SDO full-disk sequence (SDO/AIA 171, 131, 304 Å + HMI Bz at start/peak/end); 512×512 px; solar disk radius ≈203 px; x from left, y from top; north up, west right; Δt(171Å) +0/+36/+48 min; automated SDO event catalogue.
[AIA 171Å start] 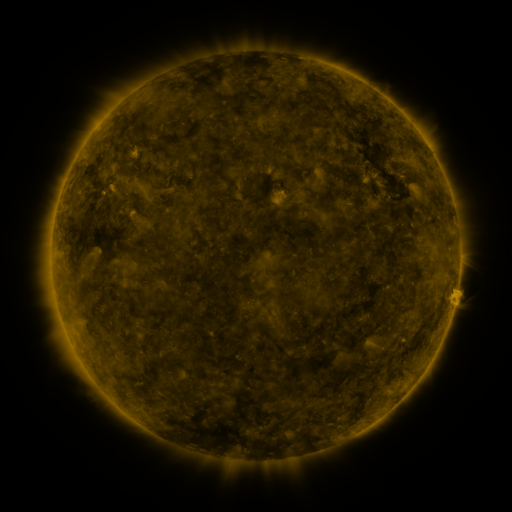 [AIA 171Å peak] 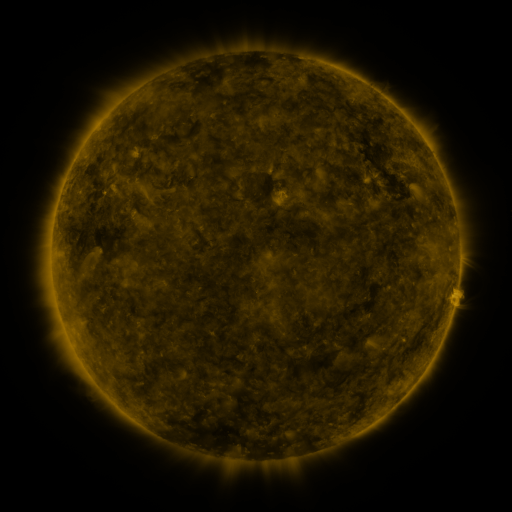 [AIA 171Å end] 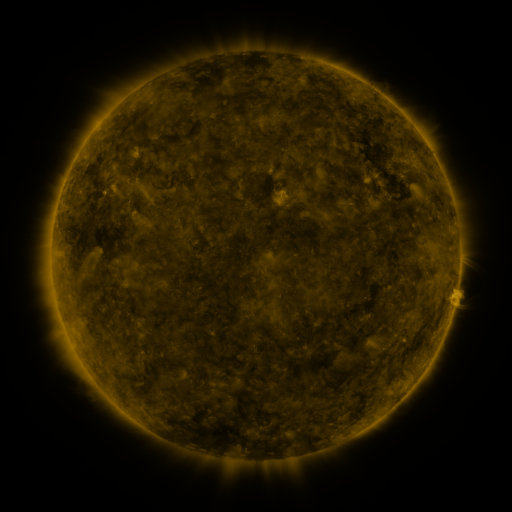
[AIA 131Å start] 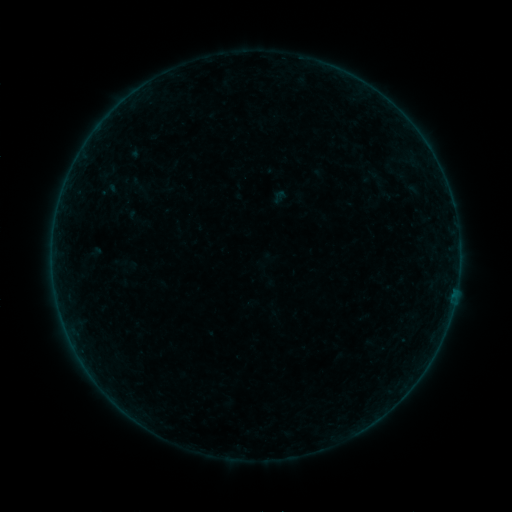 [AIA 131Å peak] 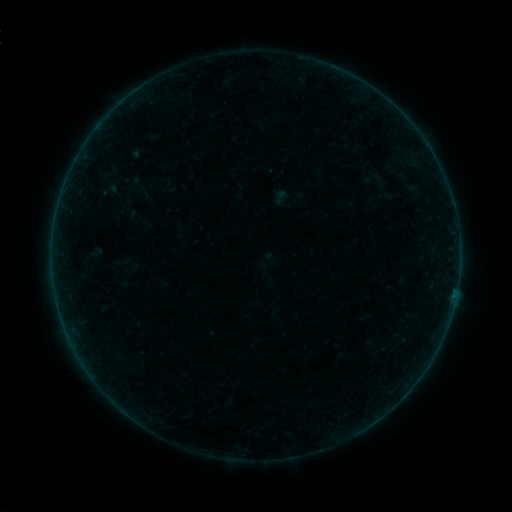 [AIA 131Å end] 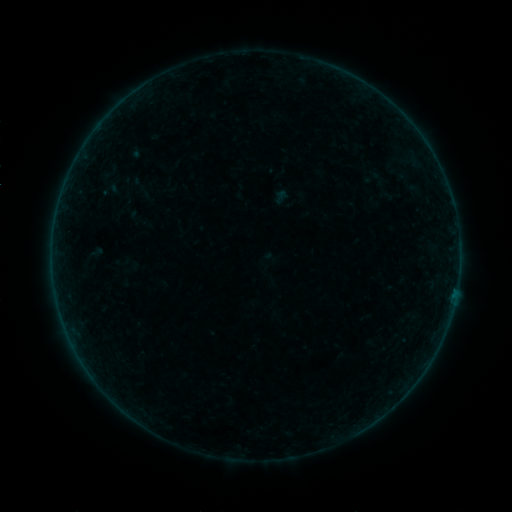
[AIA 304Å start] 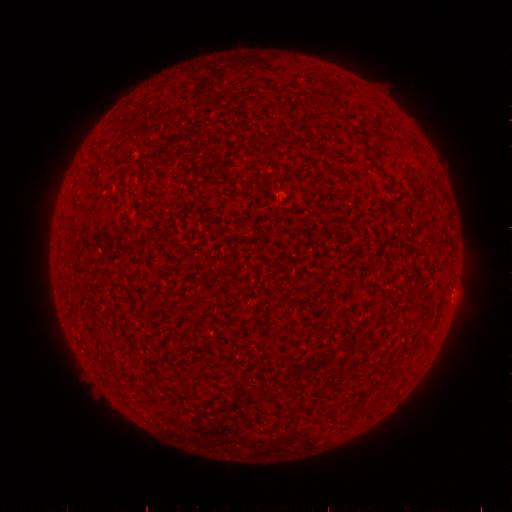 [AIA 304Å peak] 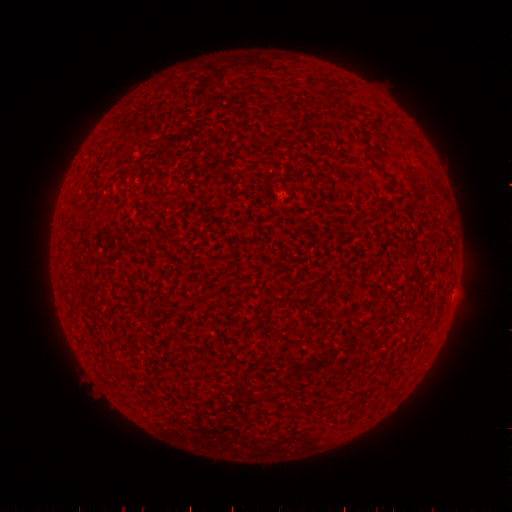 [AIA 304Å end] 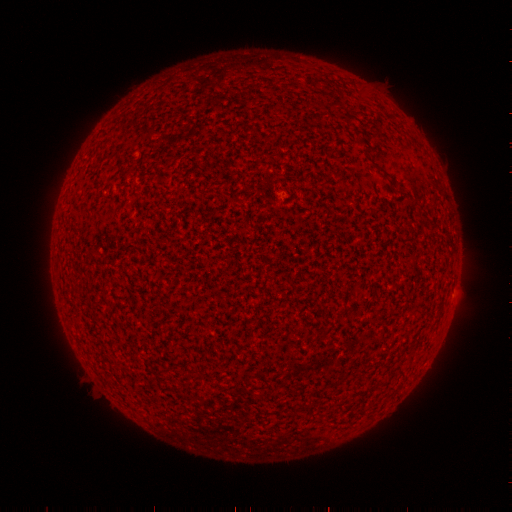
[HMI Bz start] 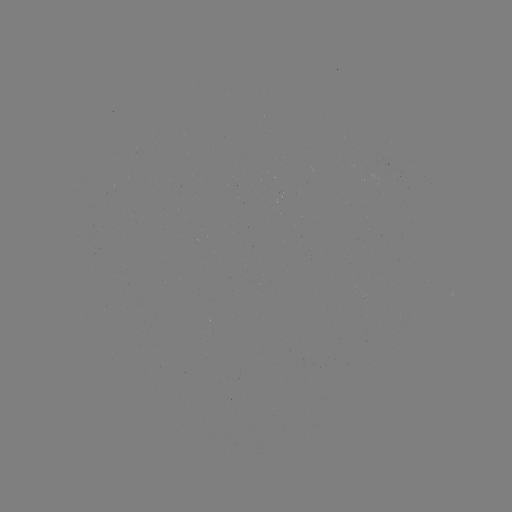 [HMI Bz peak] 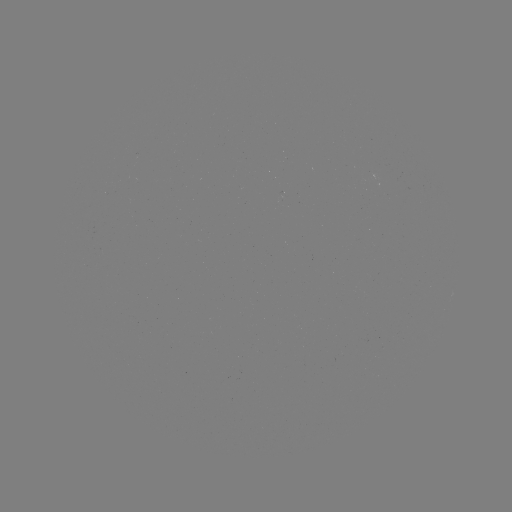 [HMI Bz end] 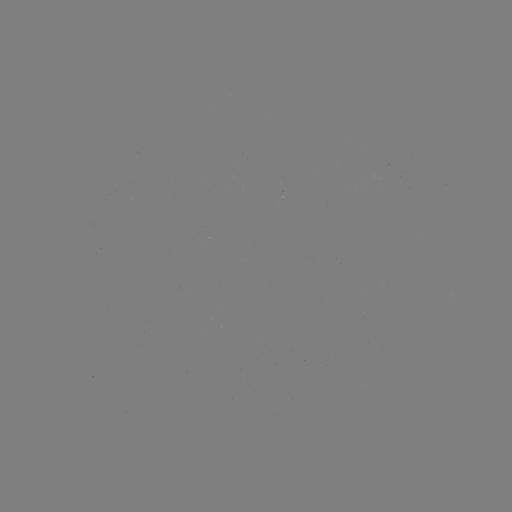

nothing was catalogued: no classed flare, no EUV trigger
